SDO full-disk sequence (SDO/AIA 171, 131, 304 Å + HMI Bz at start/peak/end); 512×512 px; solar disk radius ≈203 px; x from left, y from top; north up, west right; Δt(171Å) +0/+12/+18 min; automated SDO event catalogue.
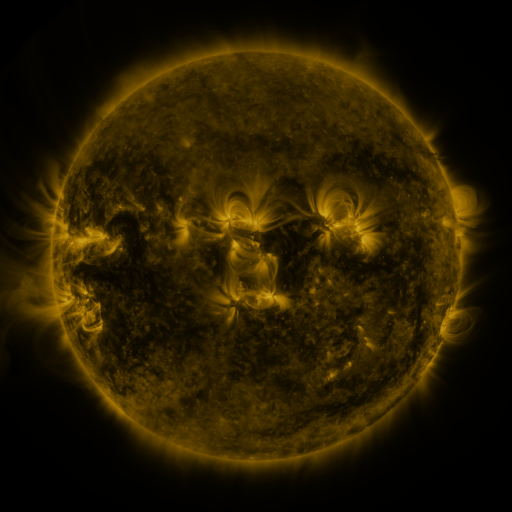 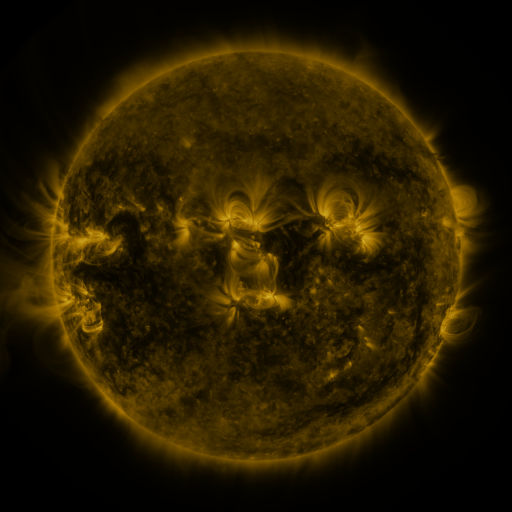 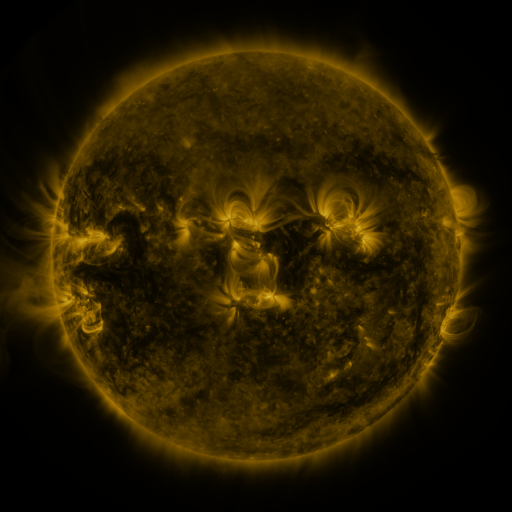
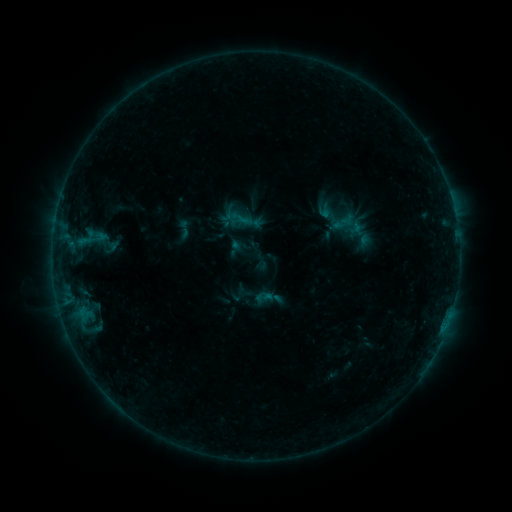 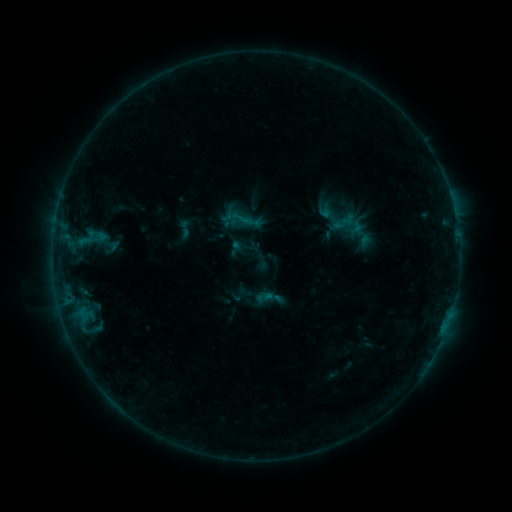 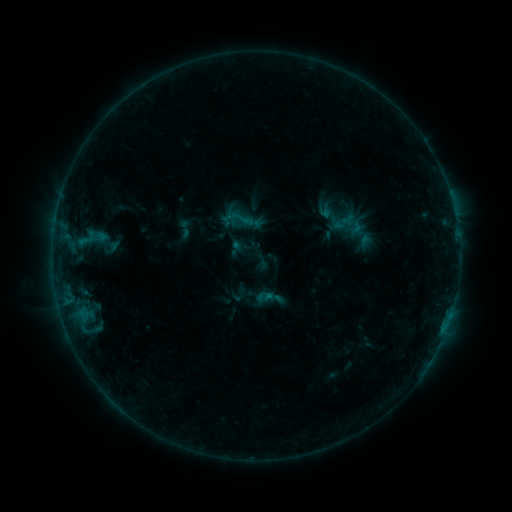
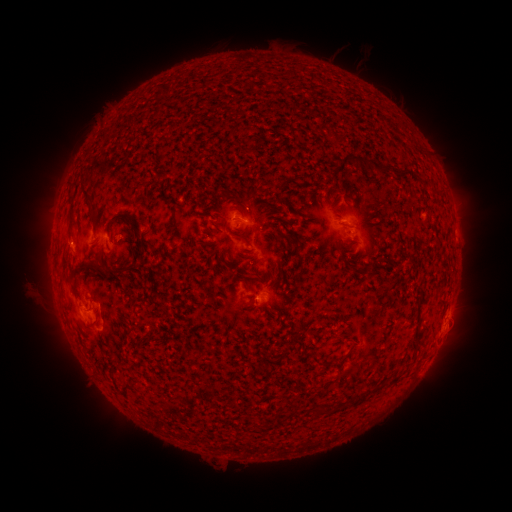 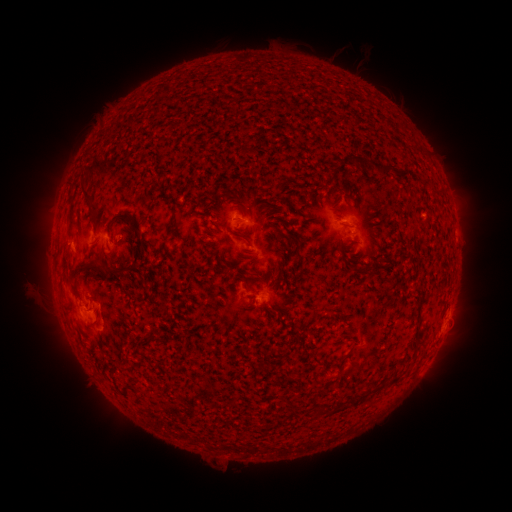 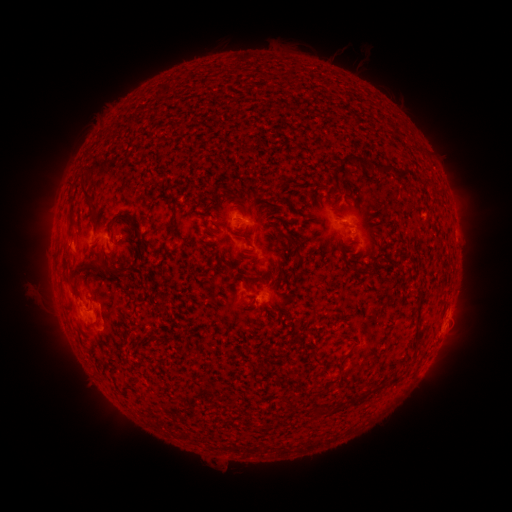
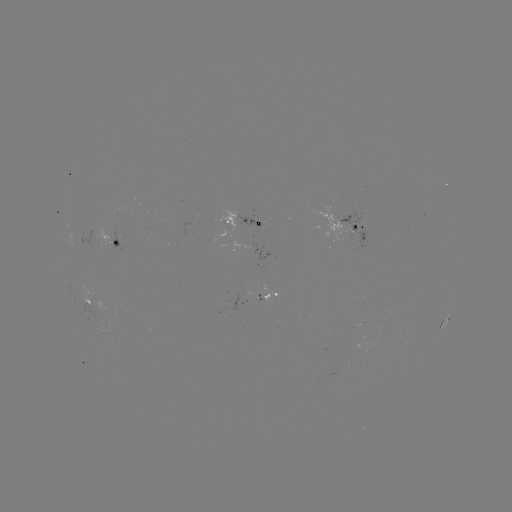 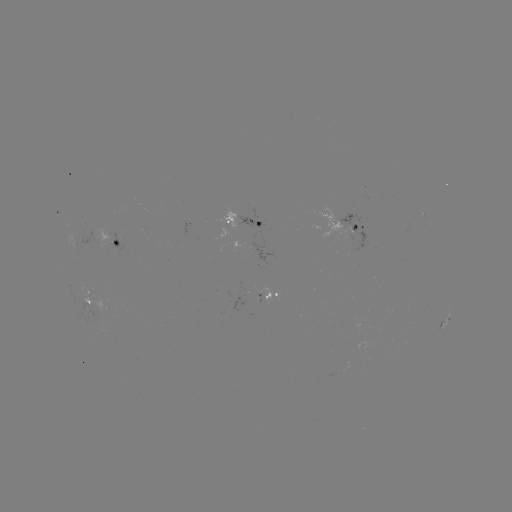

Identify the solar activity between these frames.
no classed flare was catalogued and no EUV brightening was flagged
